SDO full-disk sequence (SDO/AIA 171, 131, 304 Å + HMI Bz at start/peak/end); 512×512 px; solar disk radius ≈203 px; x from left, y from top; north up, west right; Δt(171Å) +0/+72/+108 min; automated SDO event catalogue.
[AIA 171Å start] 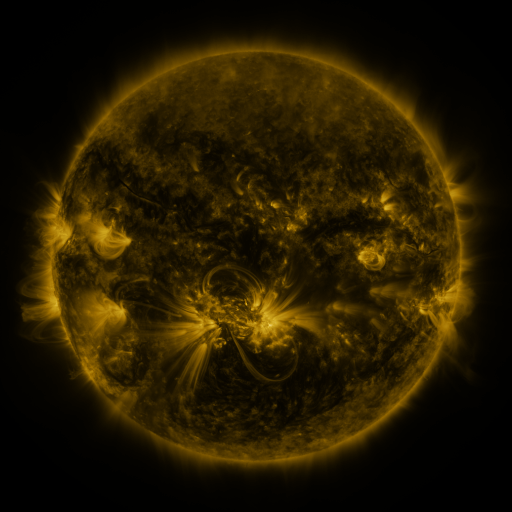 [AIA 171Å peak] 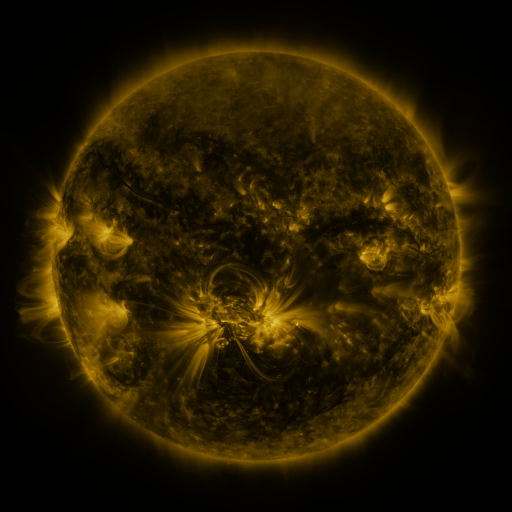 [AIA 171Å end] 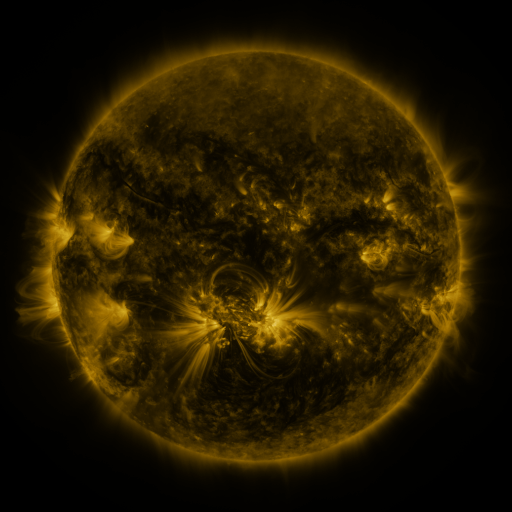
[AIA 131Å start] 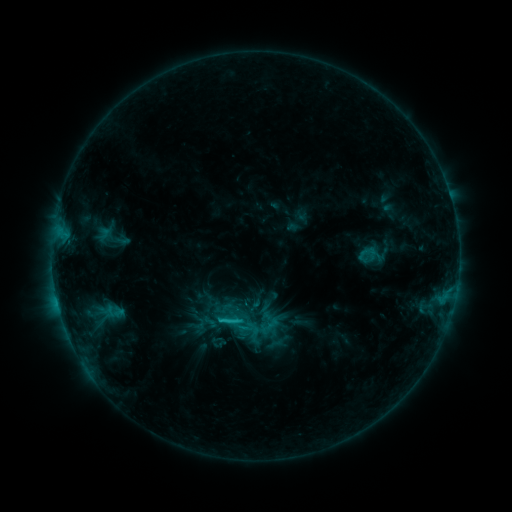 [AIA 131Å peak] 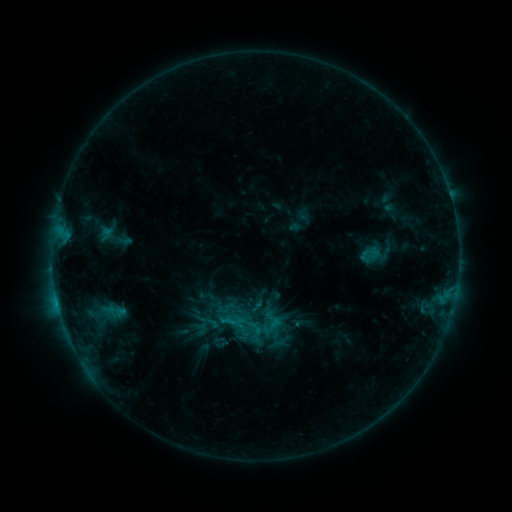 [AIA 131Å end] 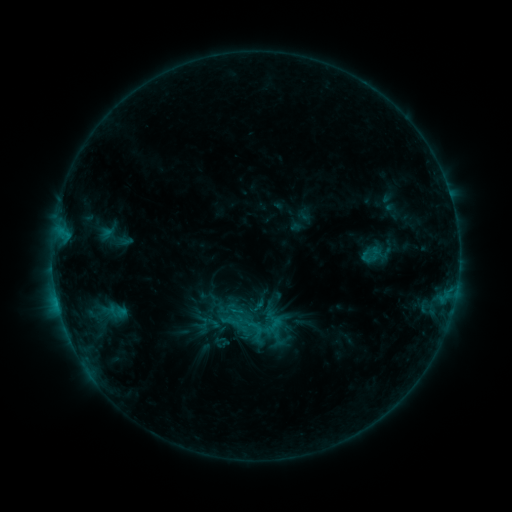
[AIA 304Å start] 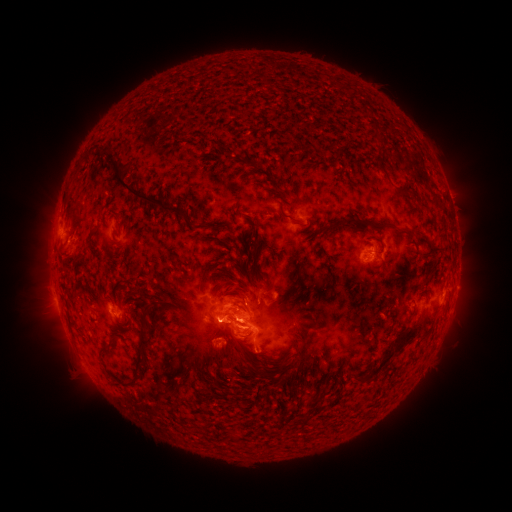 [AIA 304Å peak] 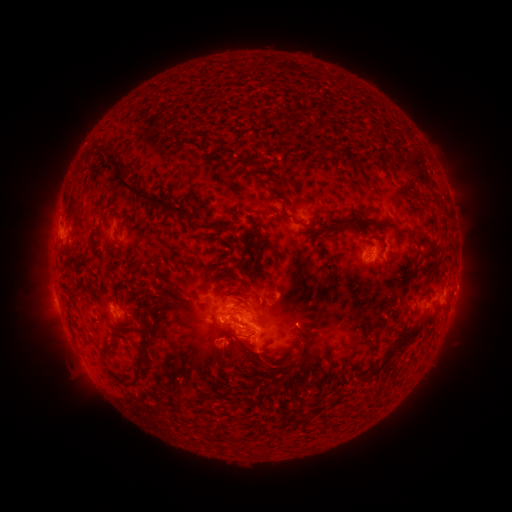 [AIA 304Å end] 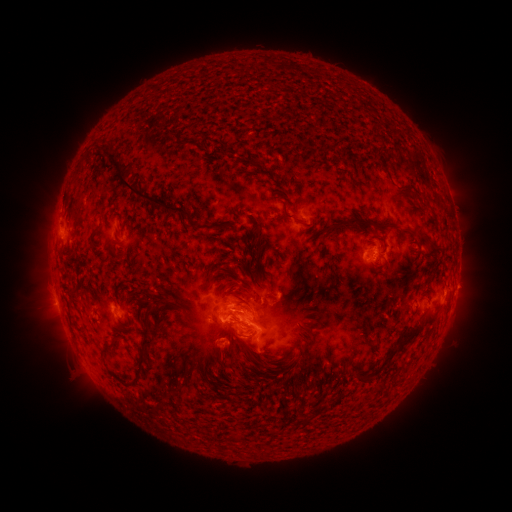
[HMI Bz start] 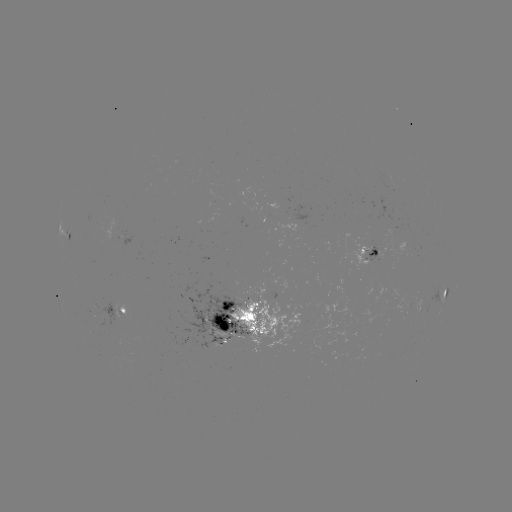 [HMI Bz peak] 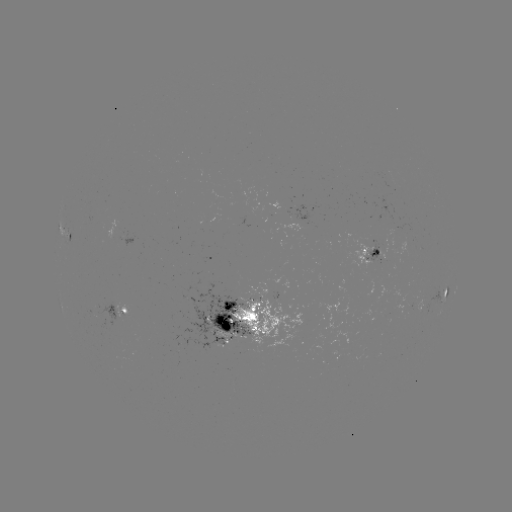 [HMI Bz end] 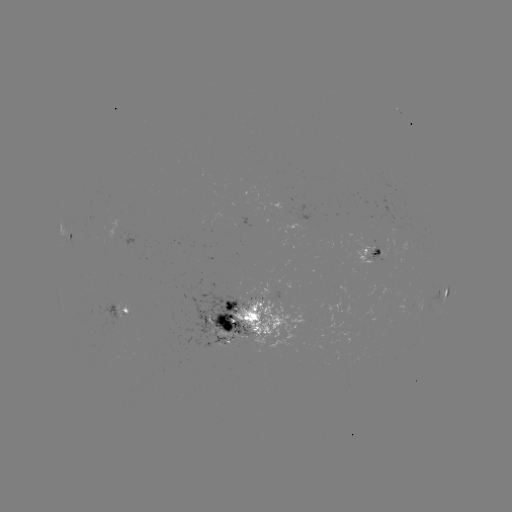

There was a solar emerging-flux region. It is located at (387, 176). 